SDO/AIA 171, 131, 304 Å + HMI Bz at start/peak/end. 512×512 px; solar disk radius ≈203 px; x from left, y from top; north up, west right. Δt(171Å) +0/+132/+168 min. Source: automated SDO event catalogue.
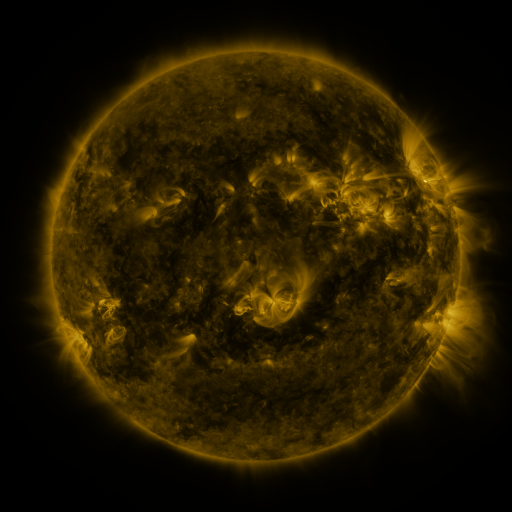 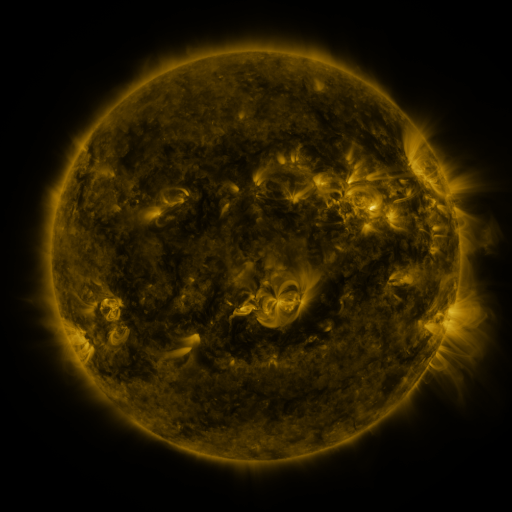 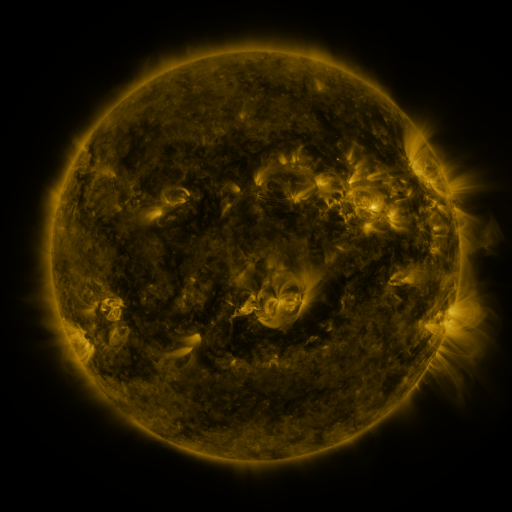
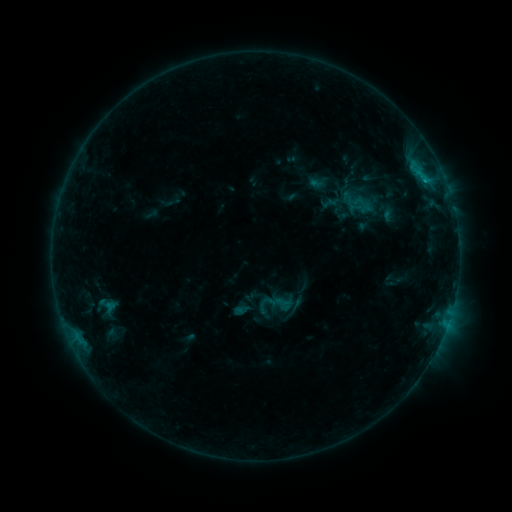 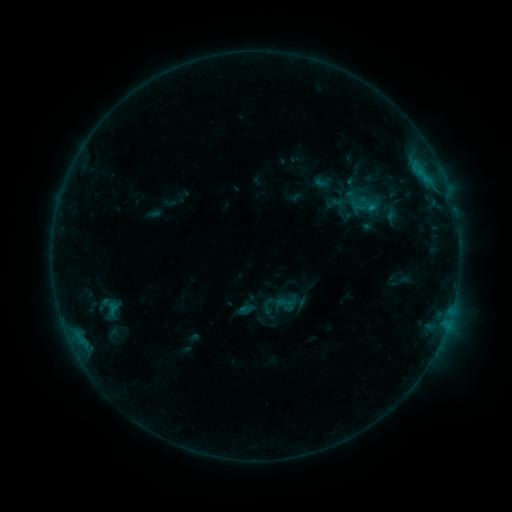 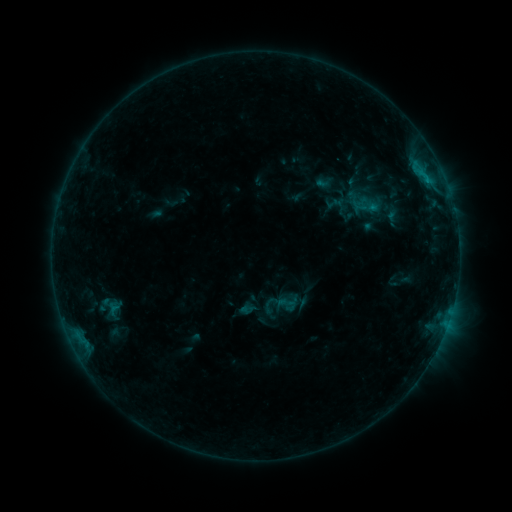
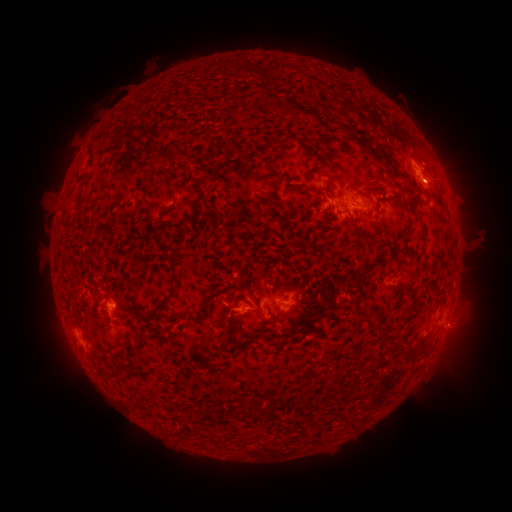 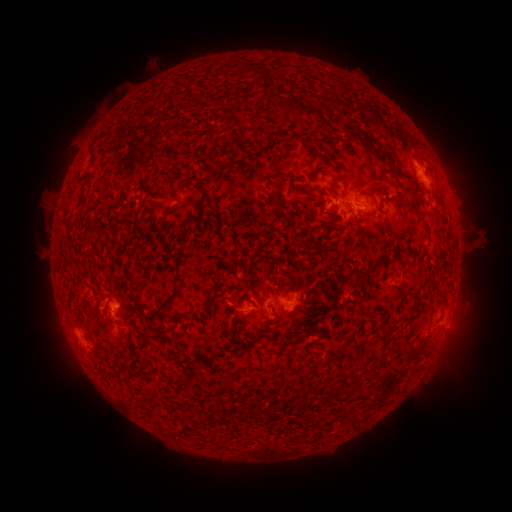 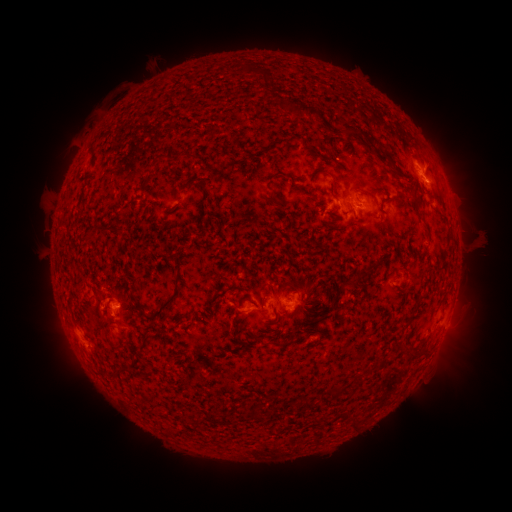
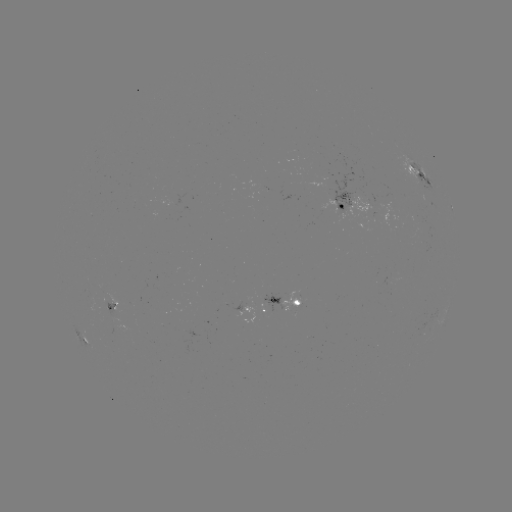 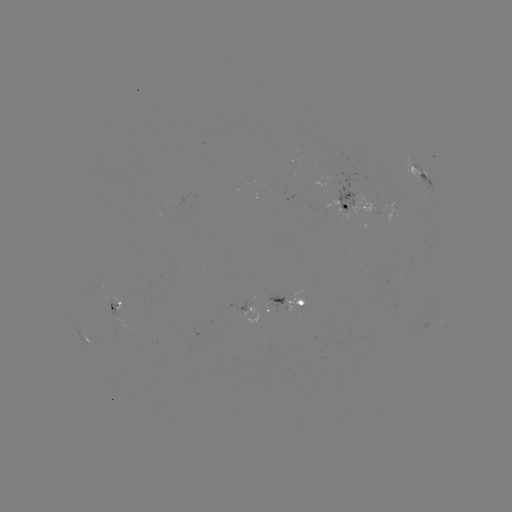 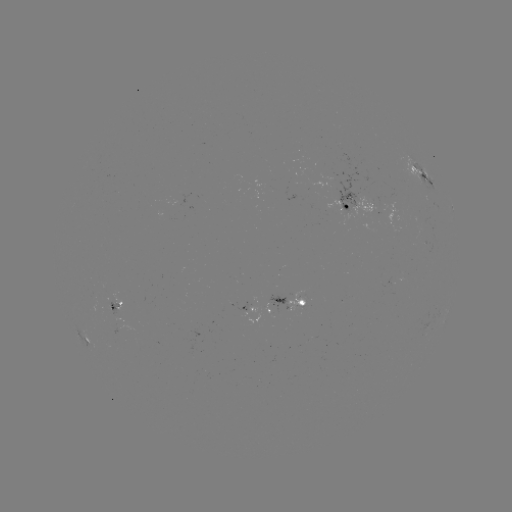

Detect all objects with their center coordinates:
emerging-flux region: (301, 298)
